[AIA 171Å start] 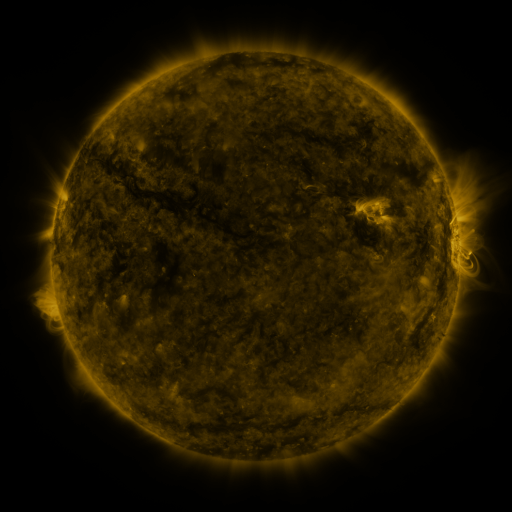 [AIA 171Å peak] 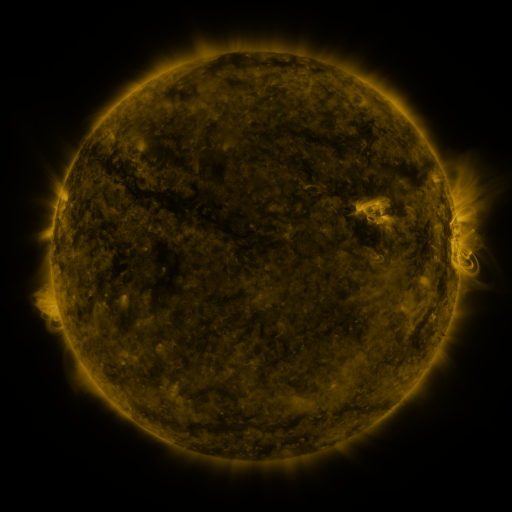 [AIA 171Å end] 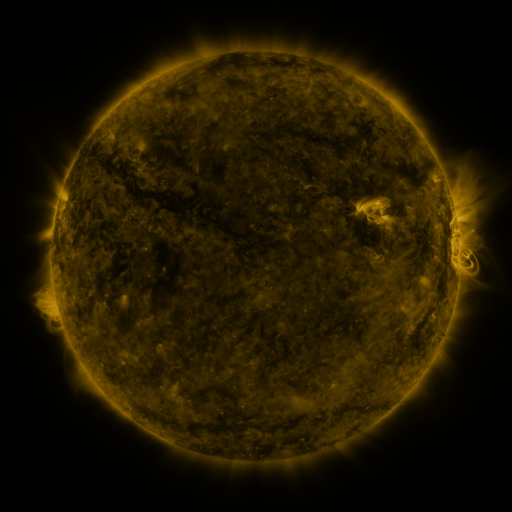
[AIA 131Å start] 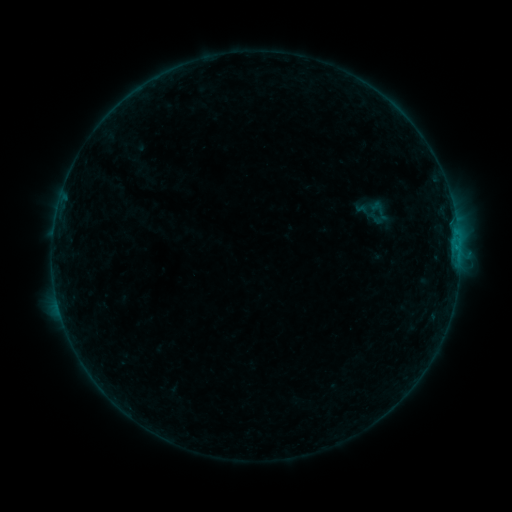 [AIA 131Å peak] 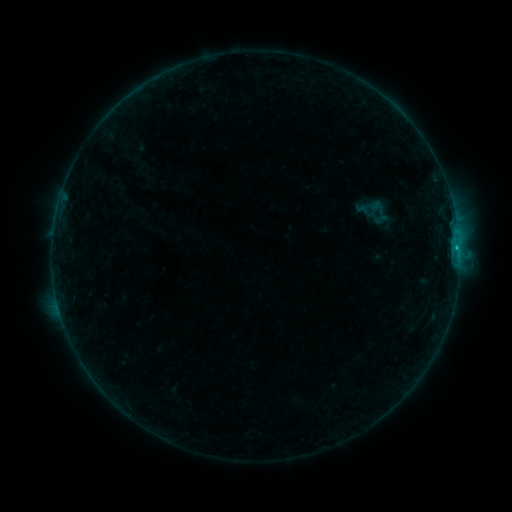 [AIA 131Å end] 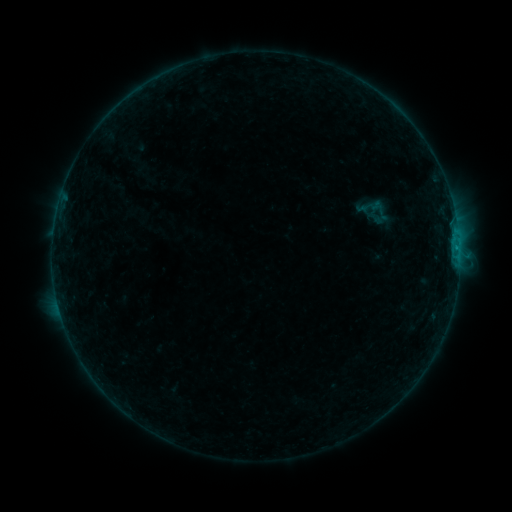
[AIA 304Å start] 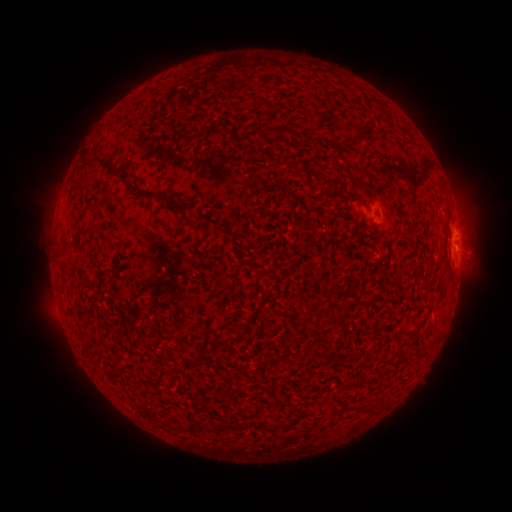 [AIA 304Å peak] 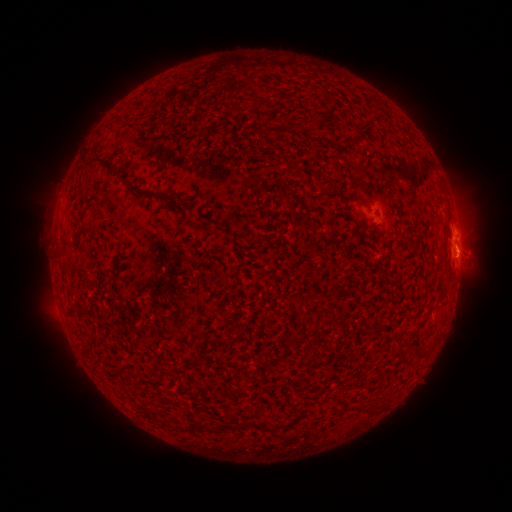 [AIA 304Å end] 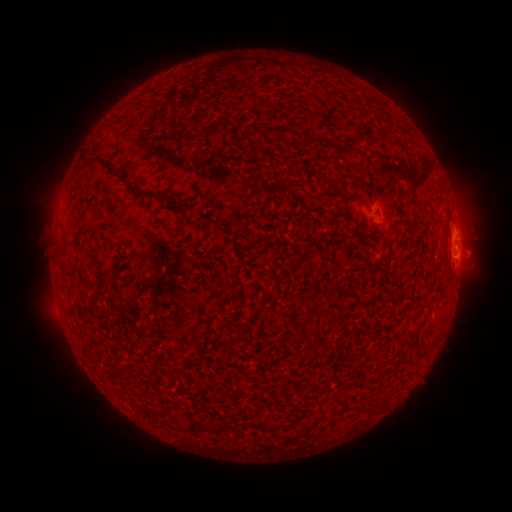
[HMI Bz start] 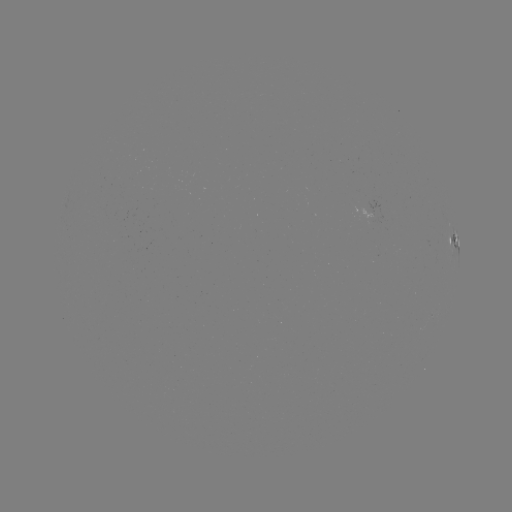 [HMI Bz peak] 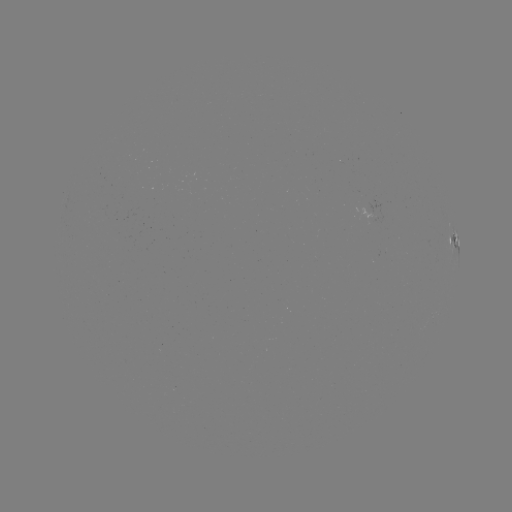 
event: flare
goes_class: B6.2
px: (456, 248)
